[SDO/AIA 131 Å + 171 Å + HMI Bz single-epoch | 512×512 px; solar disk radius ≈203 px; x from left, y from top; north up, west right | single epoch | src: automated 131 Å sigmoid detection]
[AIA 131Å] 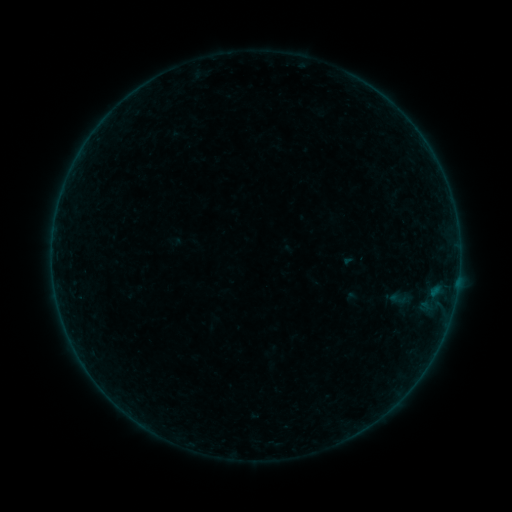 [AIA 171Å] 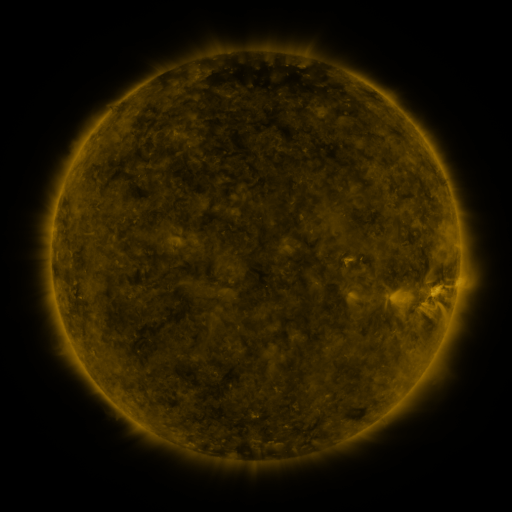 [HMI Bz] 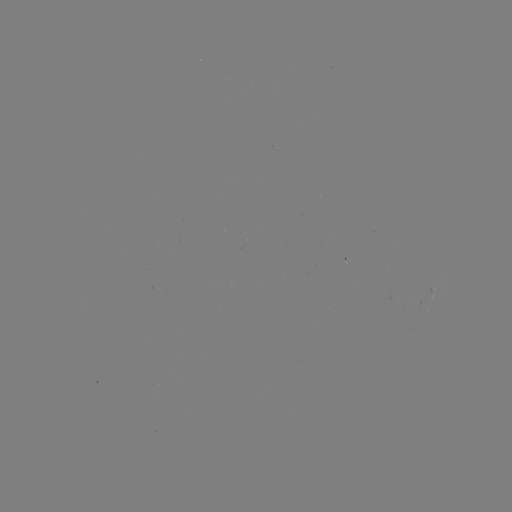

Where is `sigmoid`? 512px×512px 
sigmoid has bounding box [389, 290, 407, 308].